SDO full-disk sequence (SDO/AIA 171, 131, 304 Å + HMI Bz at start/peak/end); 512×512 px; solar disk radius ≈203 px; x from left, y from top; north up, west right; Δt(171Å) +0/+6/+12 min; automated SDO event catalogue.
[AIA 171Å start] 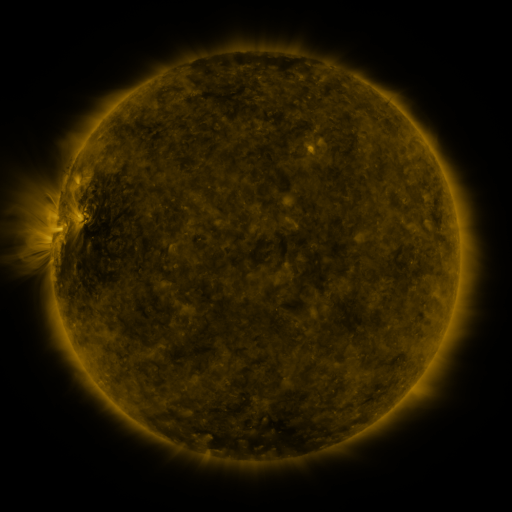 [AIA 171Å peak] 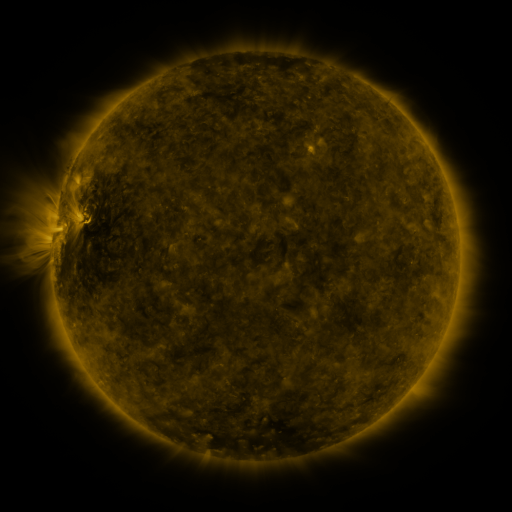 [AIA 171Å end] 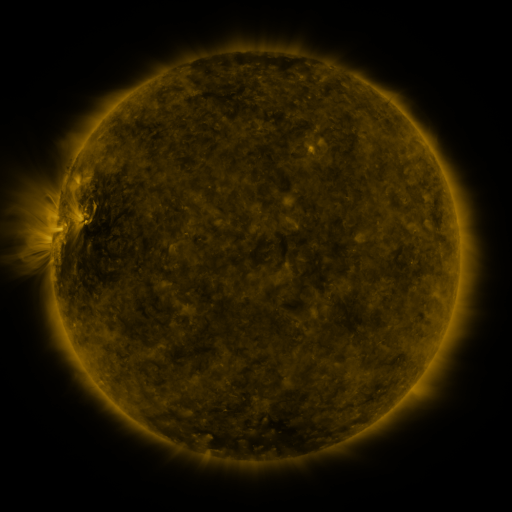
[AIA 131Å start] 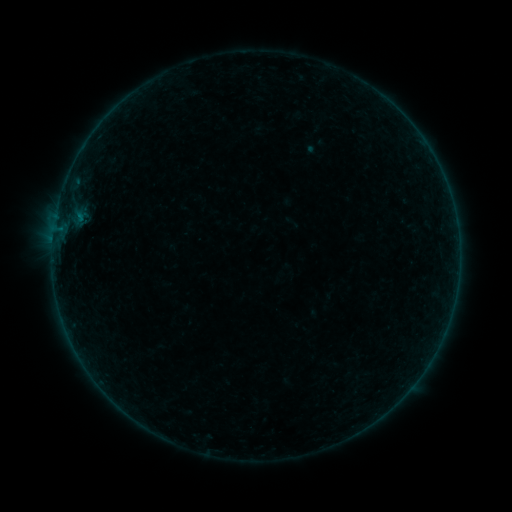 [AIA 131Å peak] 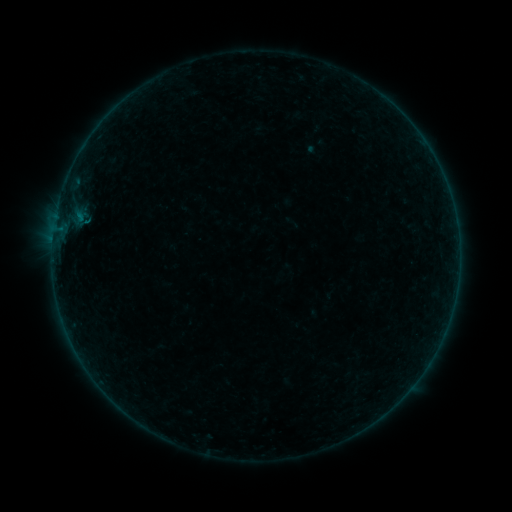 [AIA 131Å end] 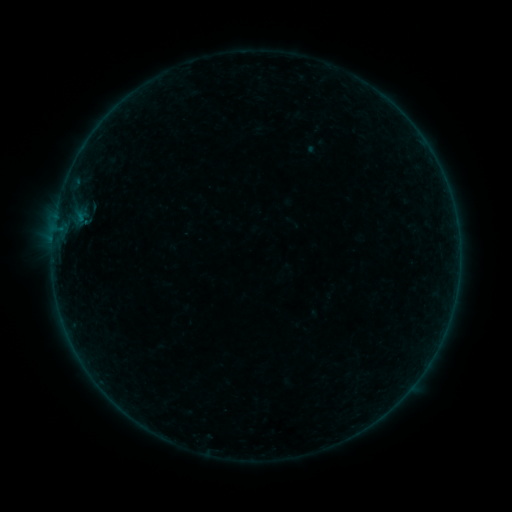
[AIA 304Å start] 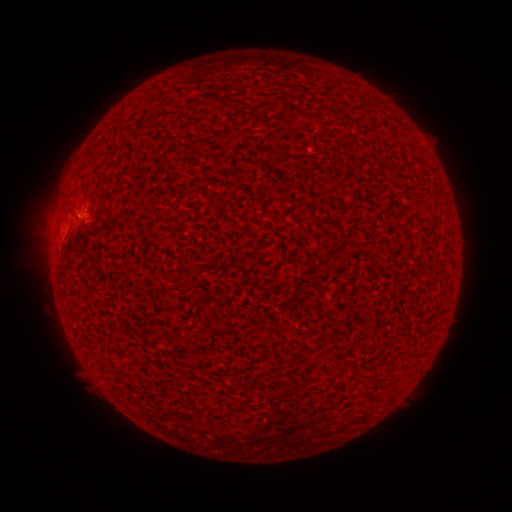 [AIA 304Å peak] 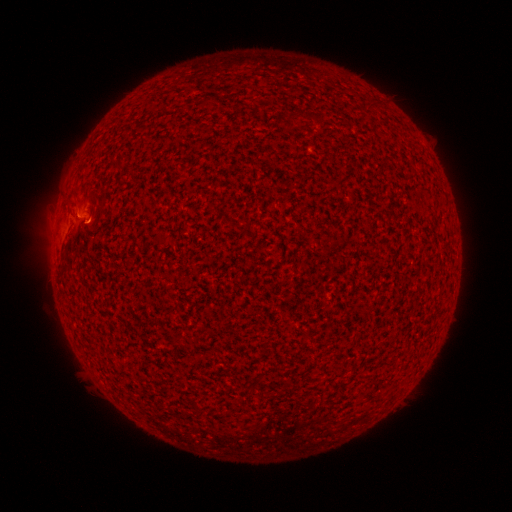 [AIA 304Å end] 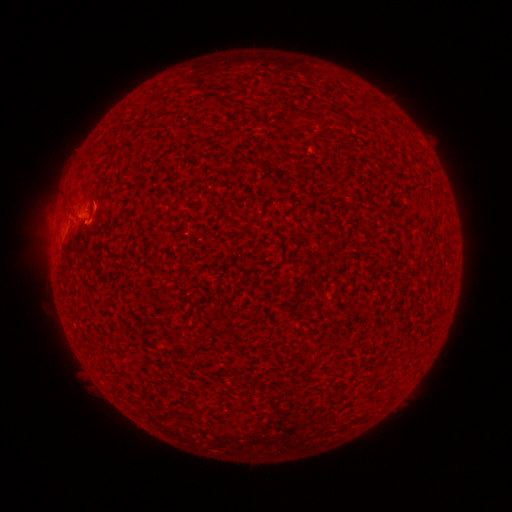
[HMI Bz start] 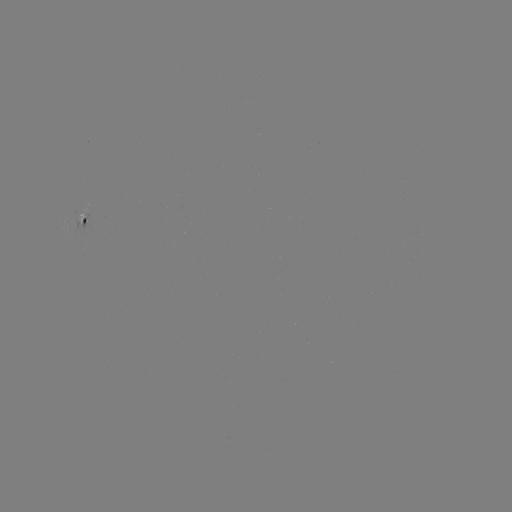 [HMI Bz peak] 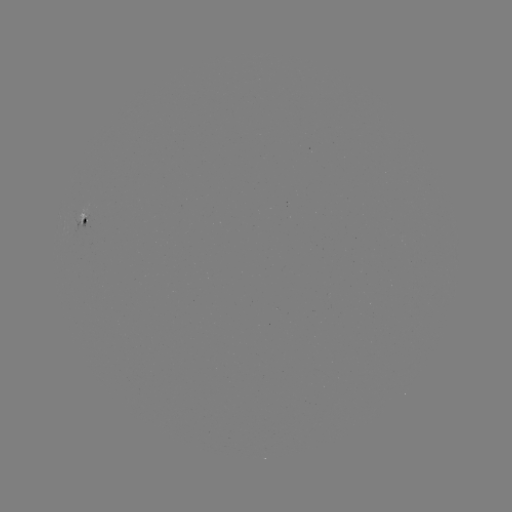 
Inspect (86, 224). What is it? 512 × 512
B1.4 flare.